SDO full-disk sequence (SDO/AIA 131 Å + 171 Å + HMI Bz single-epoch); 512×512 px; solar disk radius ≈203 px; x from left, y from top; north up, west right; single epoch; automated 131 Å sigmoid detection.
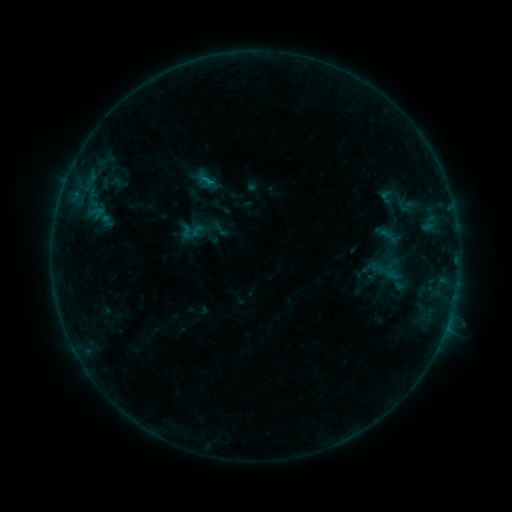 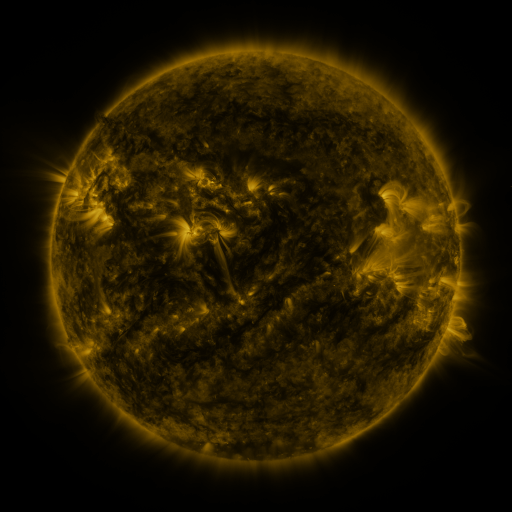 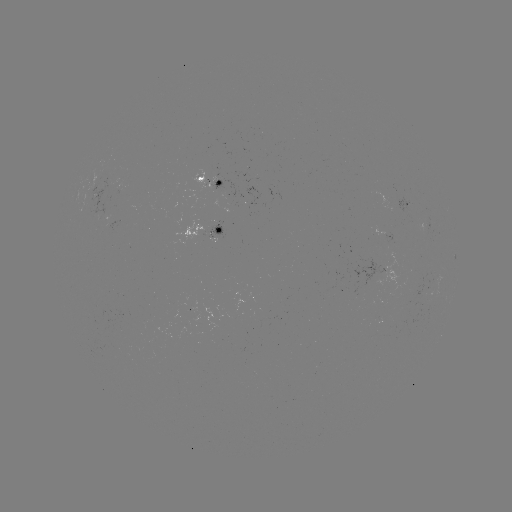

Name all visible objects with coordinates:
sigmoid: (386, 197)
sigmoid: (407, 205)
sigmoid: (391, 236)
